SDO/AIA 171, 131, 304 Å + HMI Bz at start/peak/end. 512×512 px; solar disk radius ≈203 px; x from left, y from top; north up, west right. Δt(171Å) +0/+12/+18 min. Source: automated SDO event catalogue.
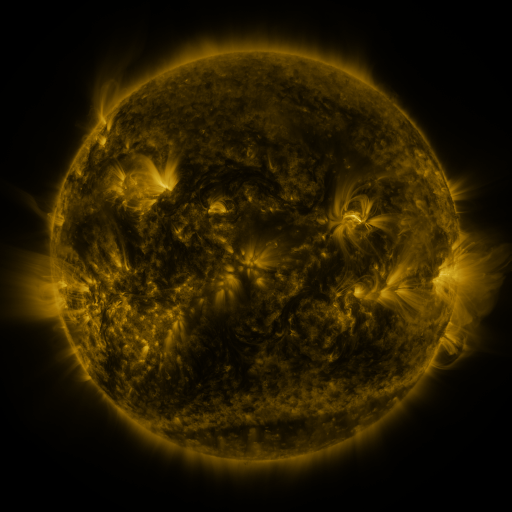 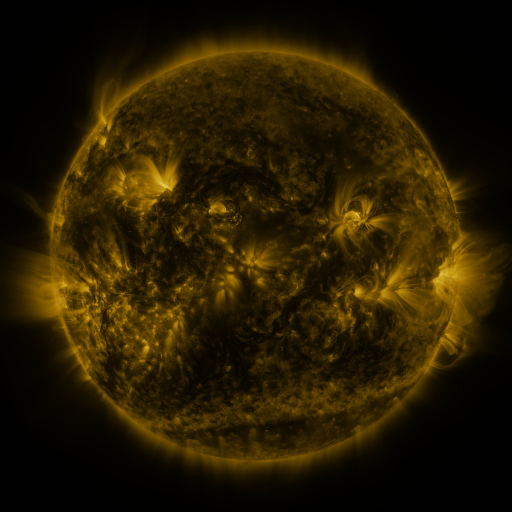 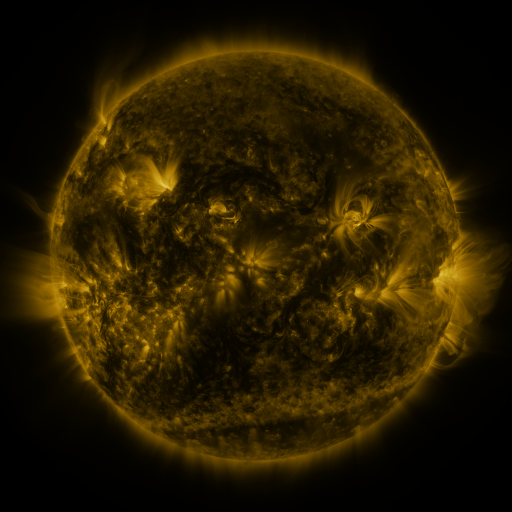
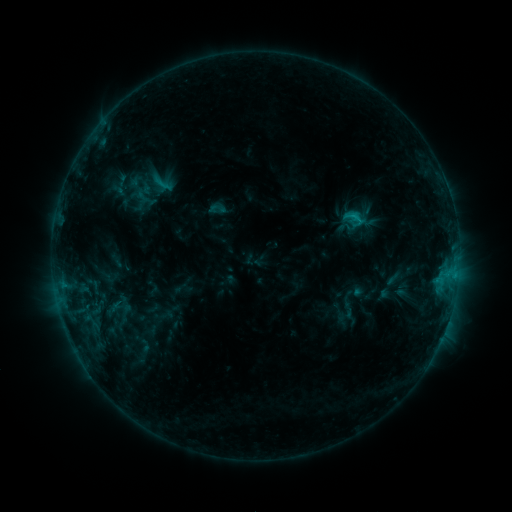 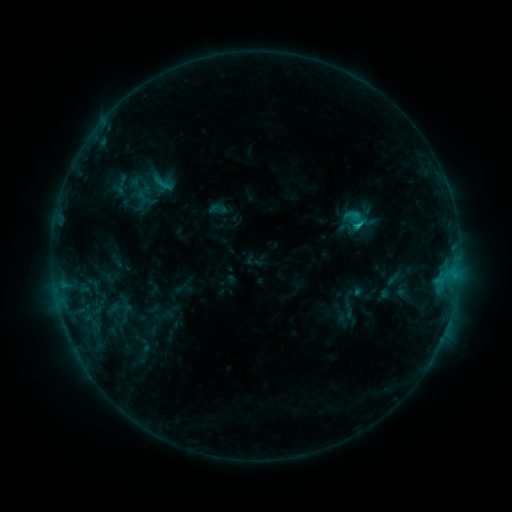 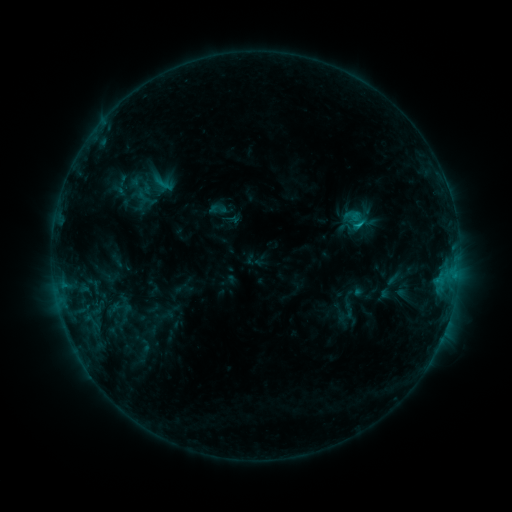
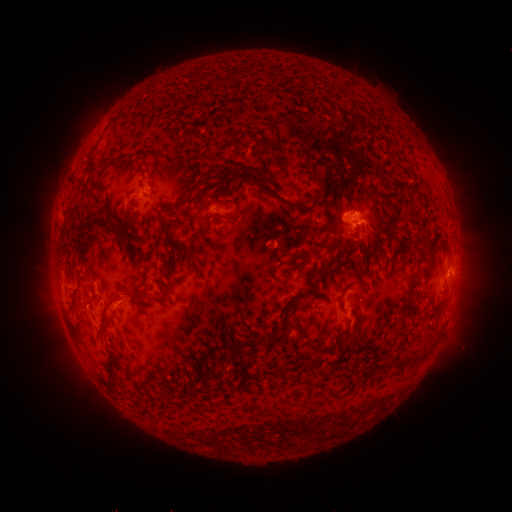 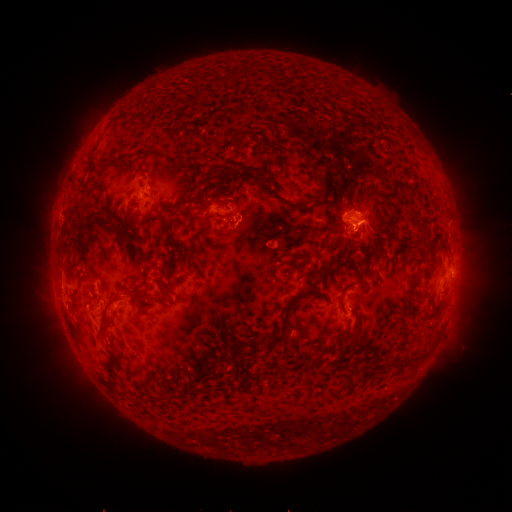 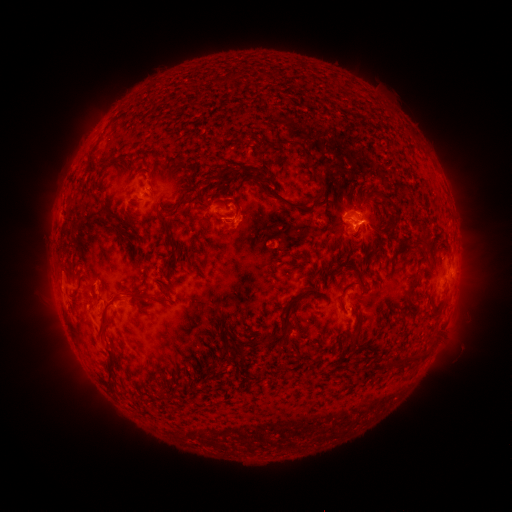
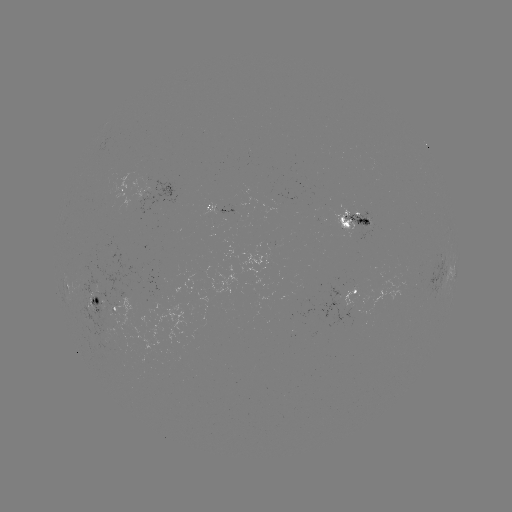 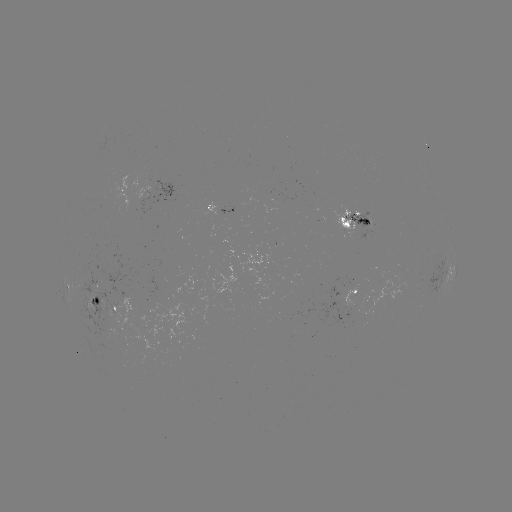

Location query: C1.2 flare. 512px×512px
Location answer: (357, 225).